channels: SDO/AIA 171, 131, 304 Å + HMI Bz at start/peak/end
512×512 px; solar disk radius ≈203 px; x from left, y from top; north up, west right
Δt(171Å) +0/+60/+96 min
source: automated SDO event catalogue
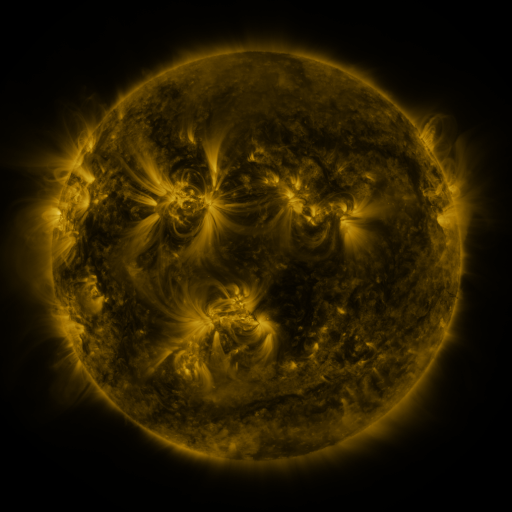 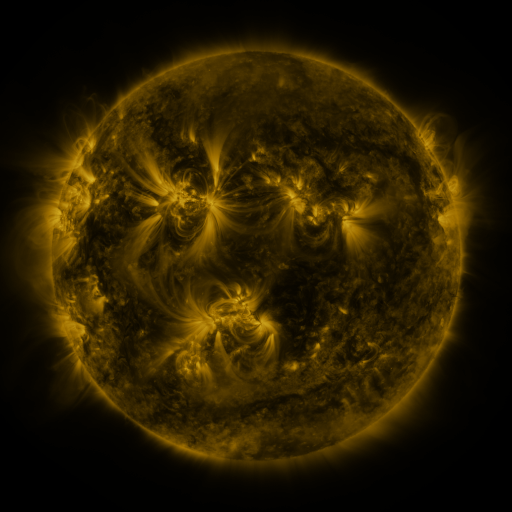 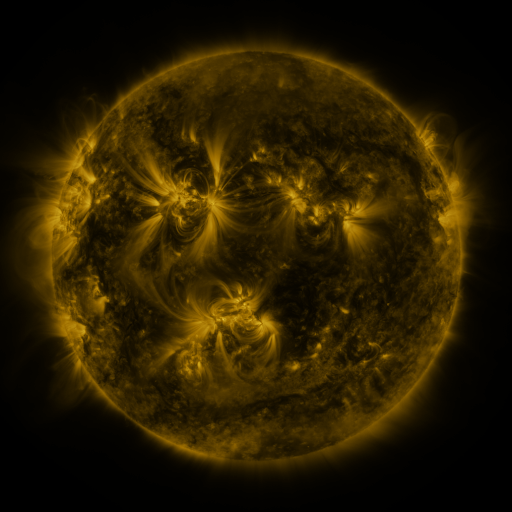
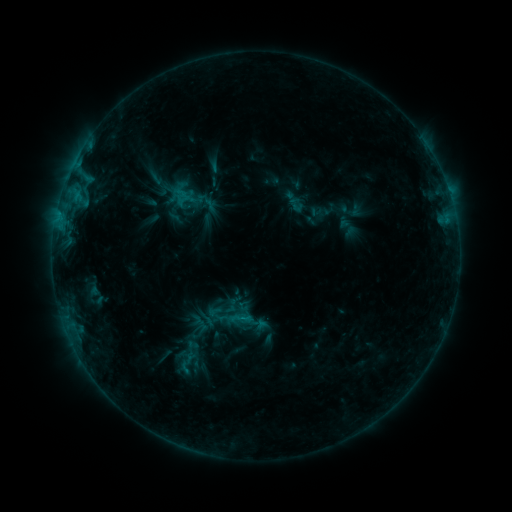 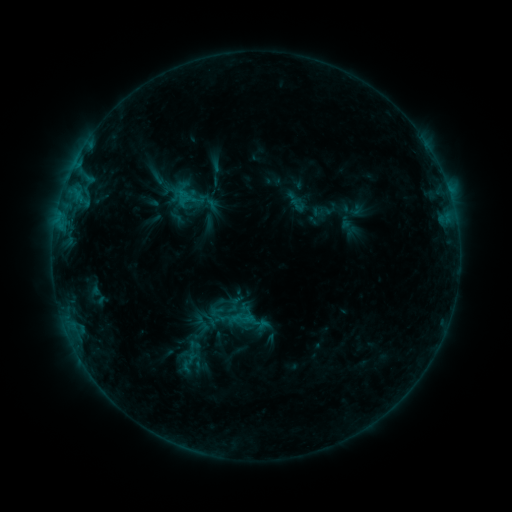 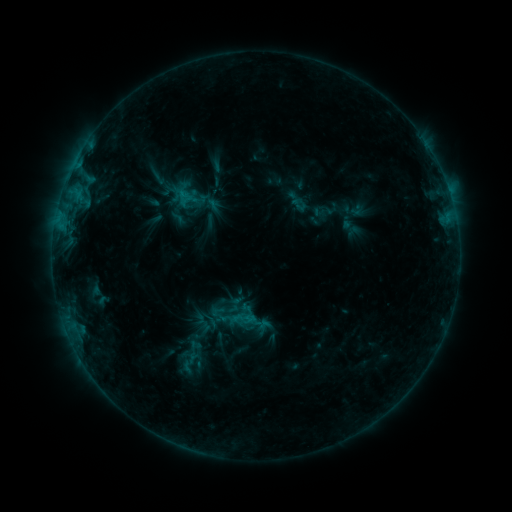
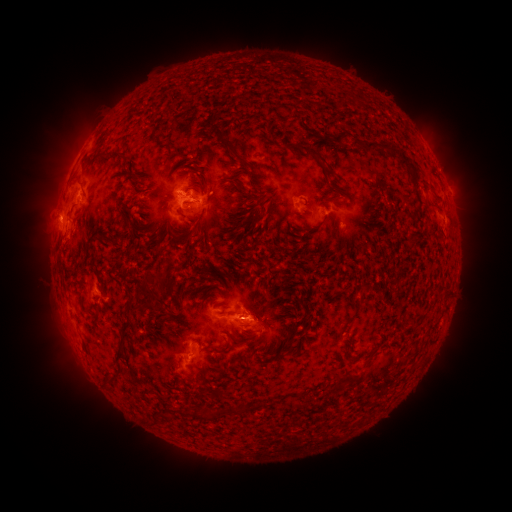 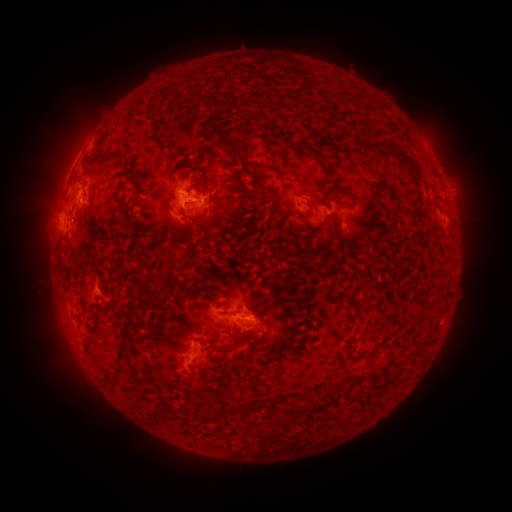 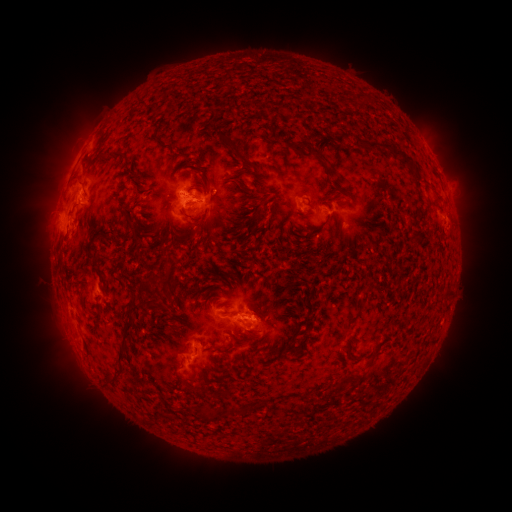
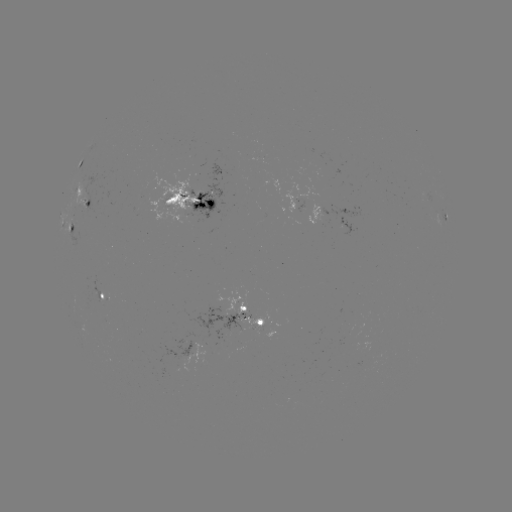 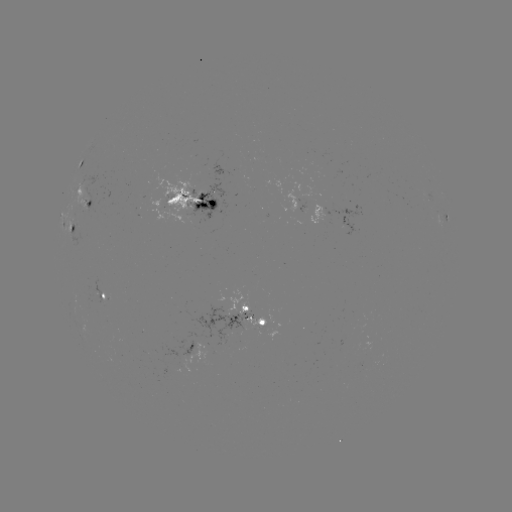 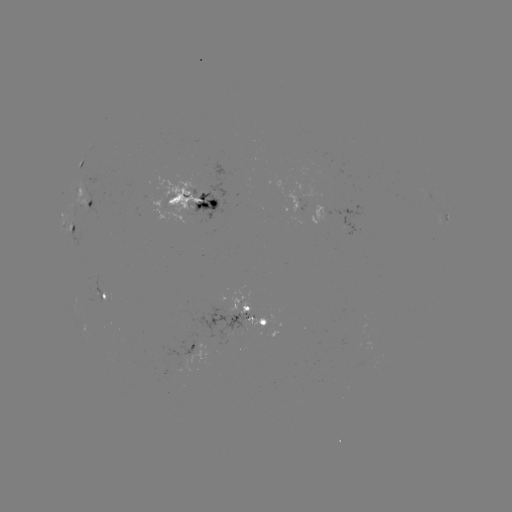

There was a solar emerging-flux region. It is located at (320, 219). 